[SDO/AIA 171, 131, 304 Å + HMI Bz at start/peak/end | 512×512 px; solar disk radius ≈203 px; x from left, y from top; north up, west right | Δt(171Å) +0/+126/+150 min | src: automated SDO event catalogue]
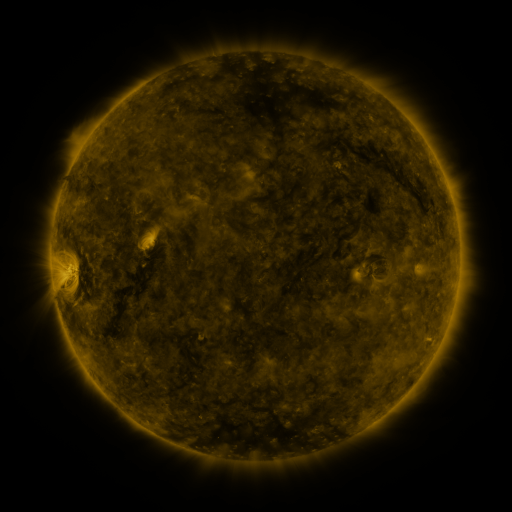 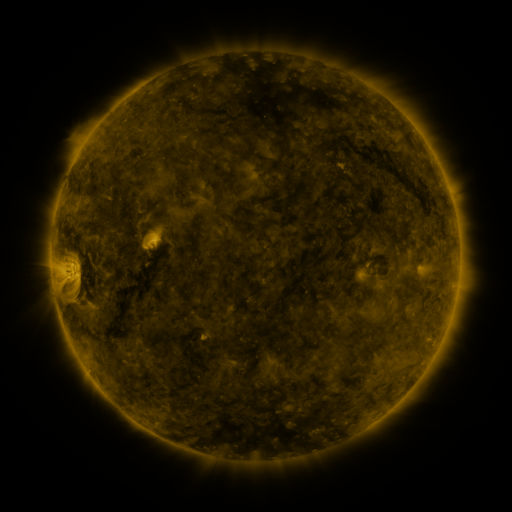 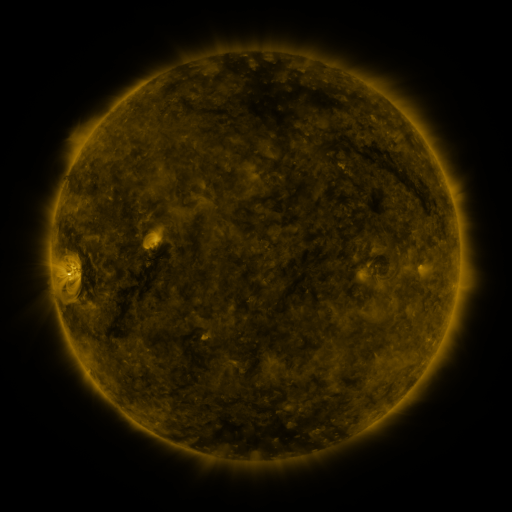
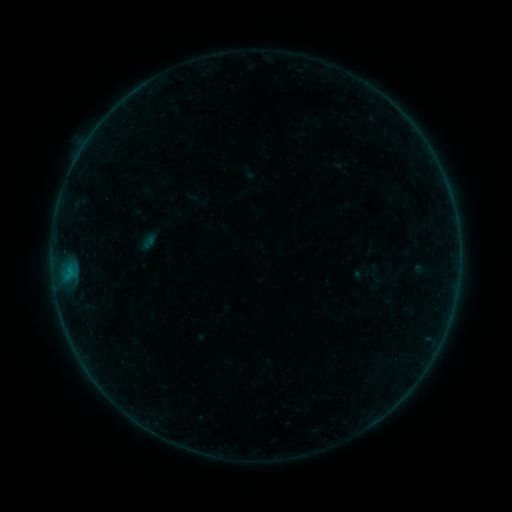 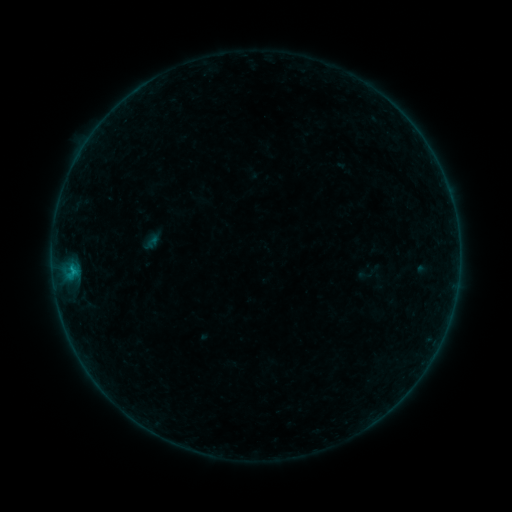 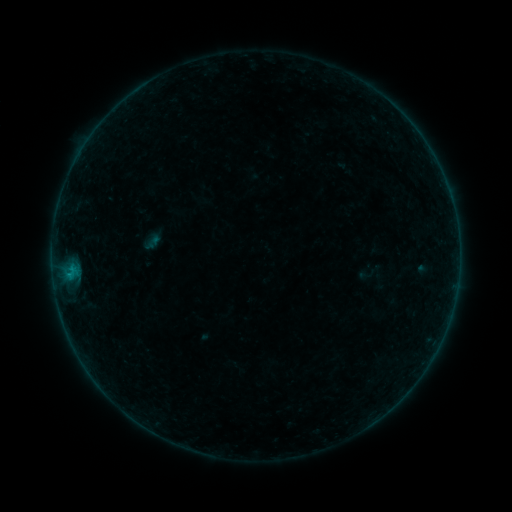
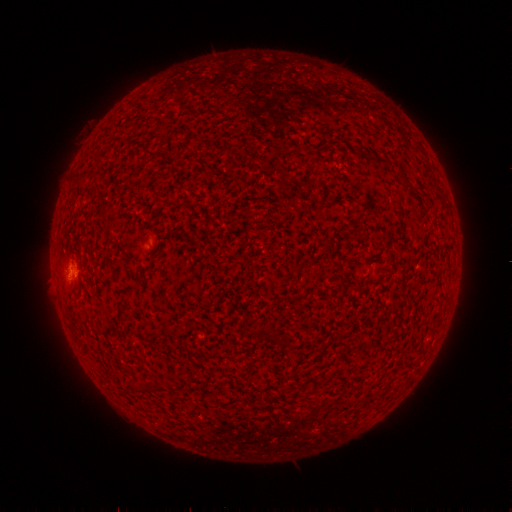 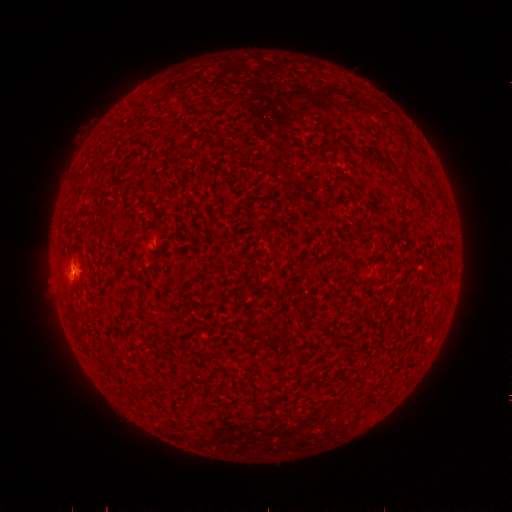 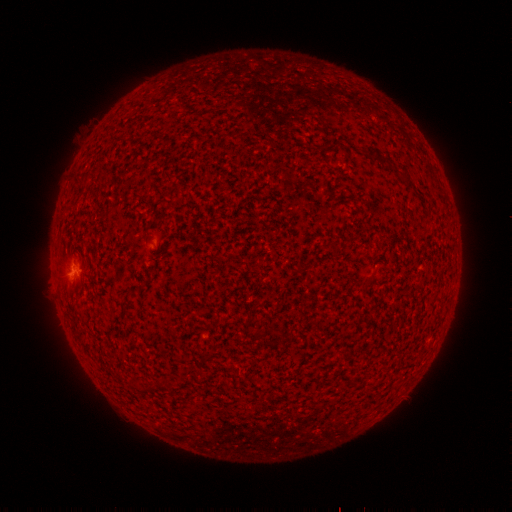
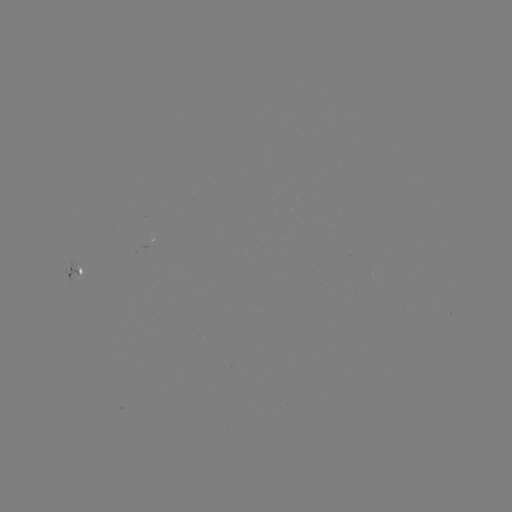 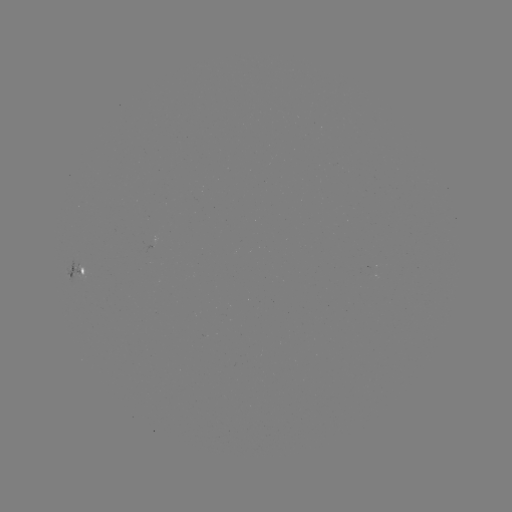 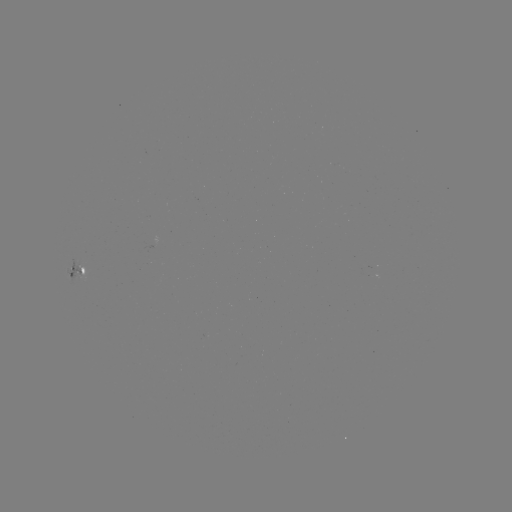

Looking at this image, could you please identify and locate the B4.2 flare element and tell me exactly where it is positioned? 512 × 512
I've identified B4.2 flare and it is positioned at (74, 270).